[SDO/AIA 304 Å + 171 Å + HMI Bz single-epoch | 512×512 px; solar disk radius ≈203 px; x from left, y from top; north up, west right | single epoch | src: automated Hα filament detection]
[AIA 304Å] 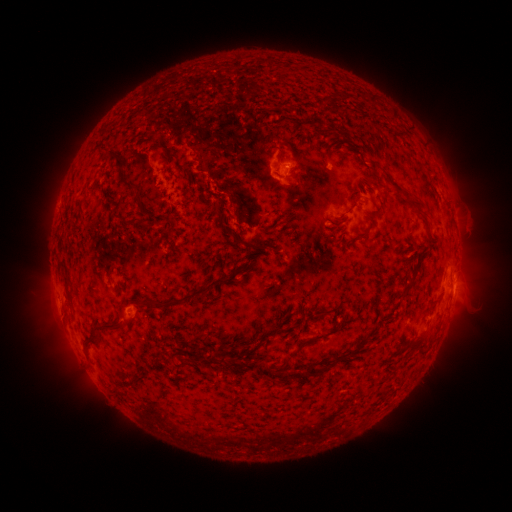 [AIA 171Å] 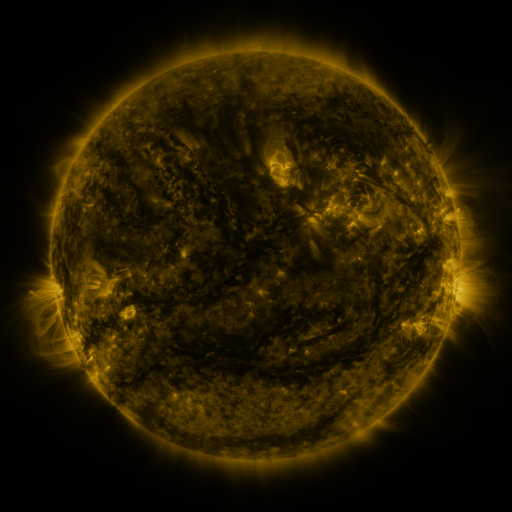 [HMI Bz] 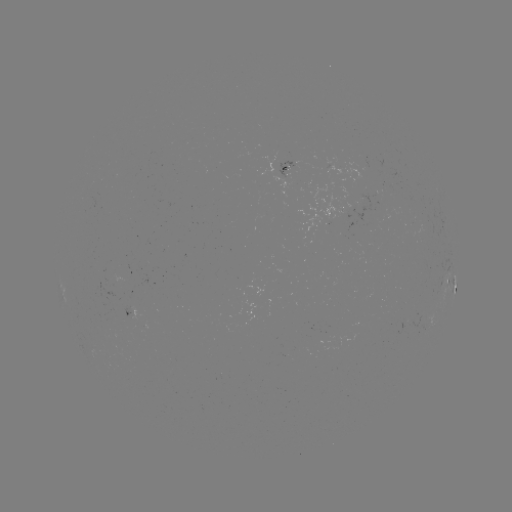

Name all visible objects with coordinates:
filament: (337, 91, 364, 100)
filament: (321, 93, 331, 103)
filament: (367, 94, 375, 106)
filament: (277, 138, 291, 149)
filament: (92, 141, 134, 189)
filament: (378, 166, 420, 207)
filament: (138, 204, 150, 217)
filament: (364, 210, 377, 217)
filament: (328, 218, 343, 226)
filament: (130, 219, 153, 230)
filament: (356, 226, 370, 240)
filament: (235, 237, 267, 252)
filament: (215, 248, 225, 265)
filament: (57, 261, 66, 272)
filament: (148, 265, 243, 312)
filament: (401, 273, 415, 295)
filament: (311, 309, 323, 317)
filament: (93, 319, 128, 334)
filament: (406, 328, 428, 346)
filament: (300, 330, 327, 346)
filament: (83, 334, 100, 349)
filament: (356, 335, 370, 351)
filament: (287, 348, 299, 358)
filament: (187, 352, 195, 362)
filament: (335, 353, 345, 363)
filament: (211, 354, 233, 369)
filament: (304, 363, 321, 378)
